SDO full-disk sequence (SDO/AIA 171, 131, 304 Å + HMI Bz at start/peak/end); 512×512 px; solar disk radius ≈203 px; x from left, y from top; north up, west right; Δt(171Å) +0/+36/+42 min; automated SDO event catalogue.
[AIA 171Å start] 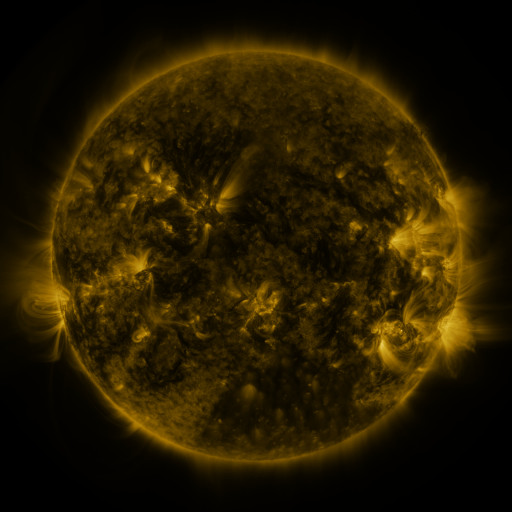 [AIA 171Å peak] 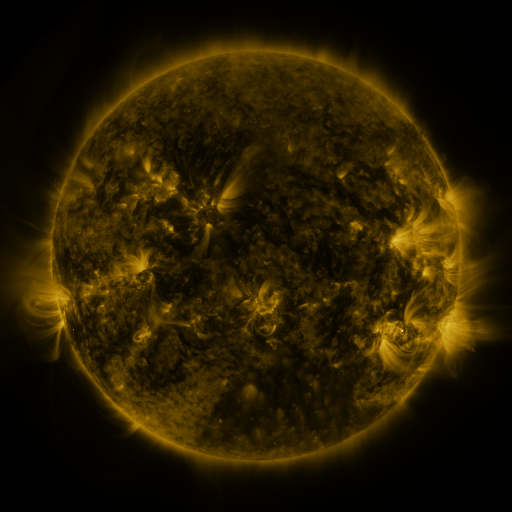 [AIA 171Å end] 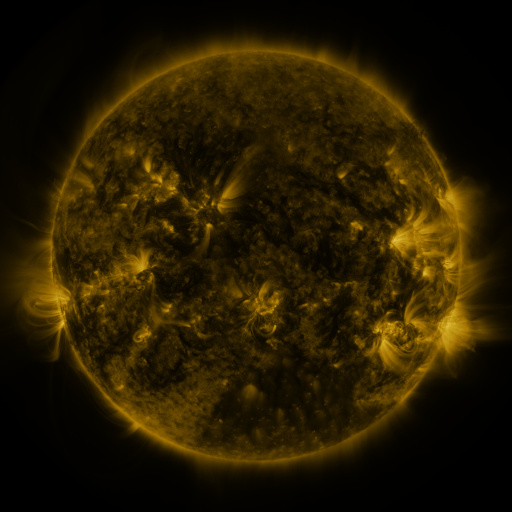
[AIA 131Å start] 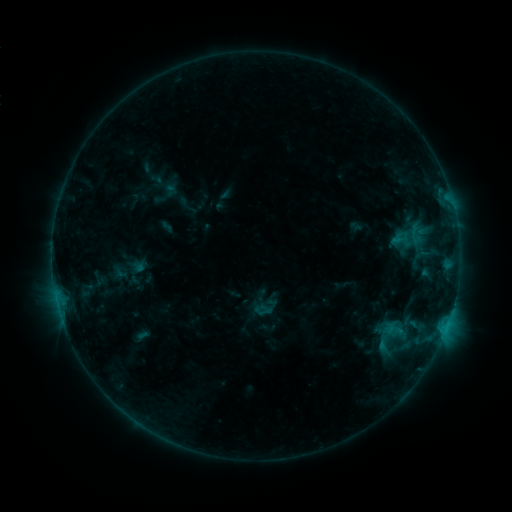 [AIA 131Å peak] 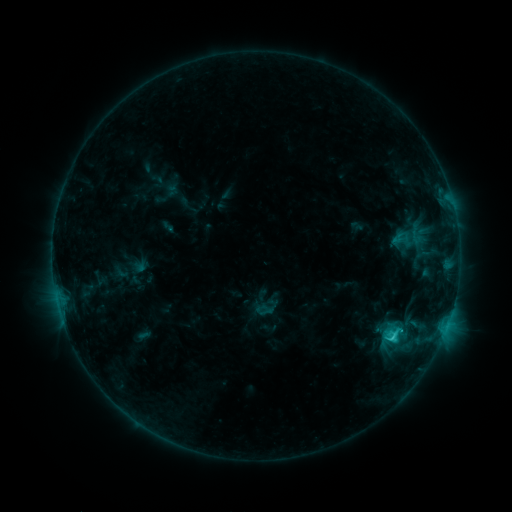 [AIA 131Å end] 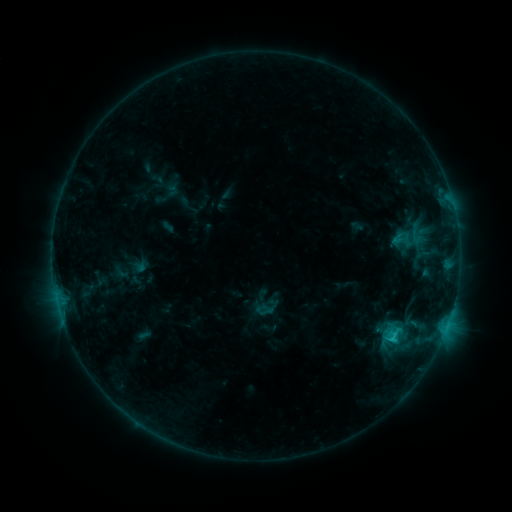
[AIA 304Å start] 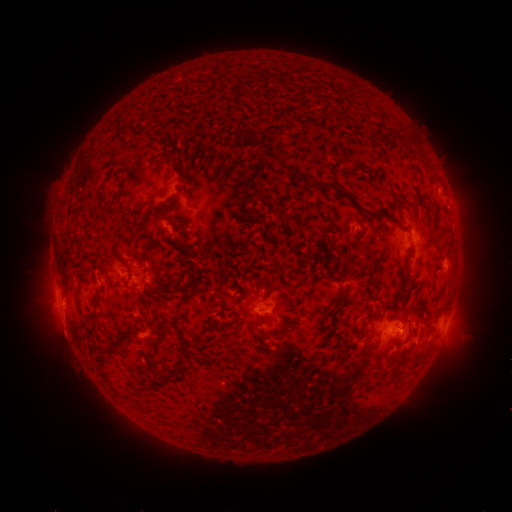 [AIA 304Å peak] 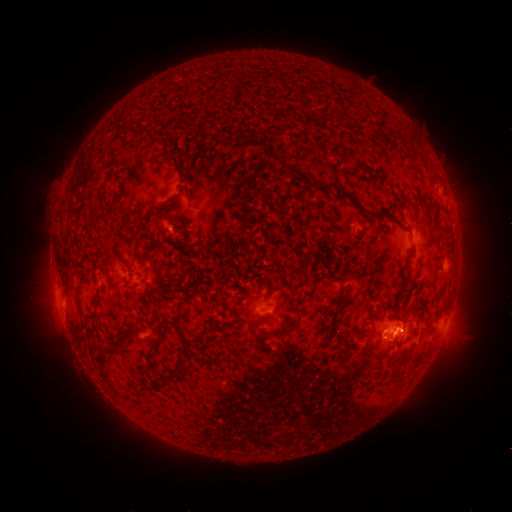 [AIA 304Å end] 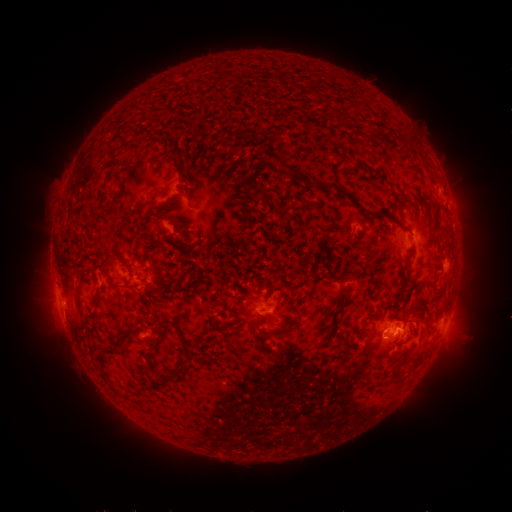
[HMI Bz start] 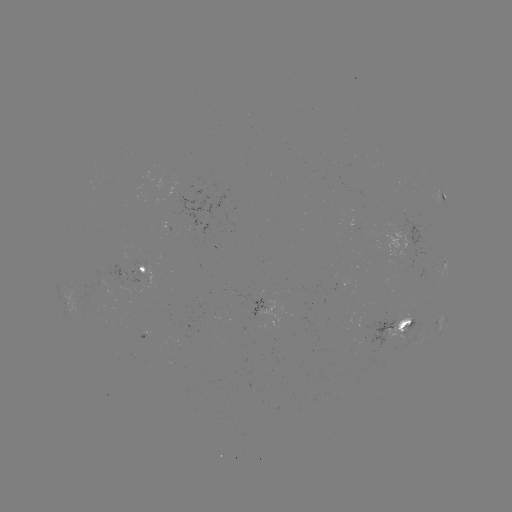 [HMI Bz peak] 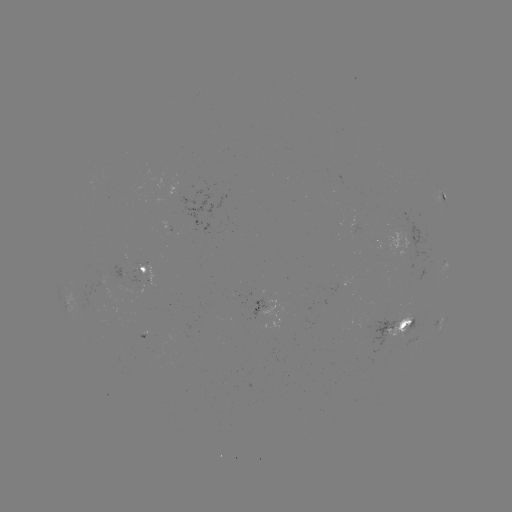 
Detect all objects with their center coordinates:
C2.0 flare: (390, 336)
